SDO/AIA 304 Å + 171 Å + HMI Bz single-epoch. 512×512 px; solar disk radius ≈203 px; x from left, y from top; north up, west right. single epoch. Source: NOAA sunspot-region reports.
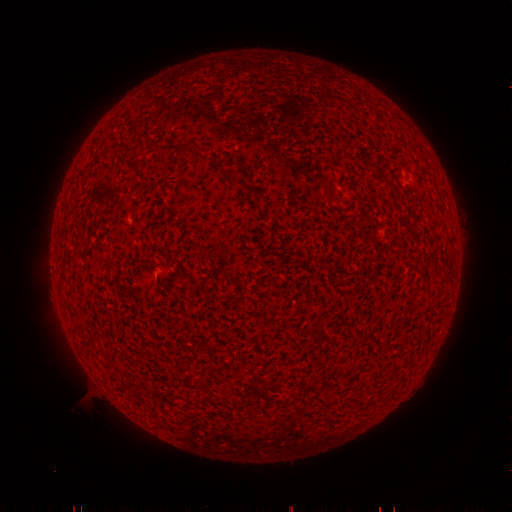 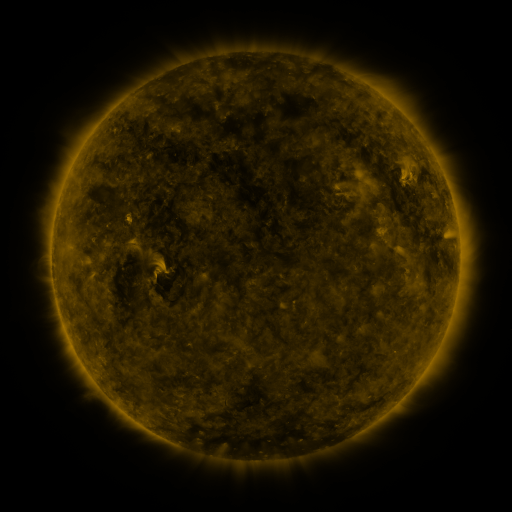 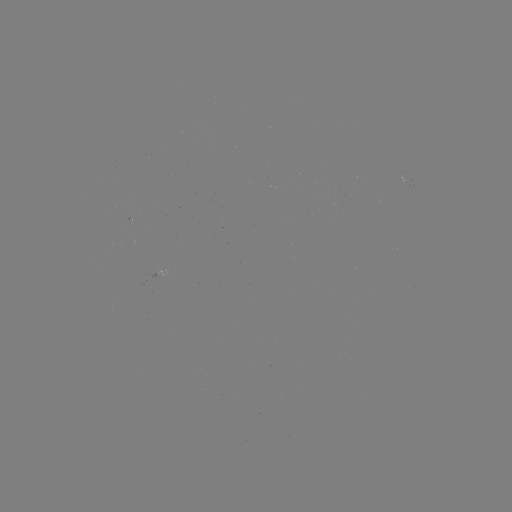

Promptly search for spotted active region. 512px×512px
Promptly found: (407, 182).